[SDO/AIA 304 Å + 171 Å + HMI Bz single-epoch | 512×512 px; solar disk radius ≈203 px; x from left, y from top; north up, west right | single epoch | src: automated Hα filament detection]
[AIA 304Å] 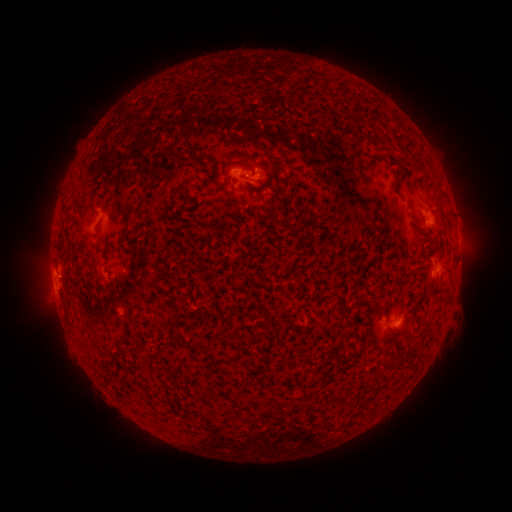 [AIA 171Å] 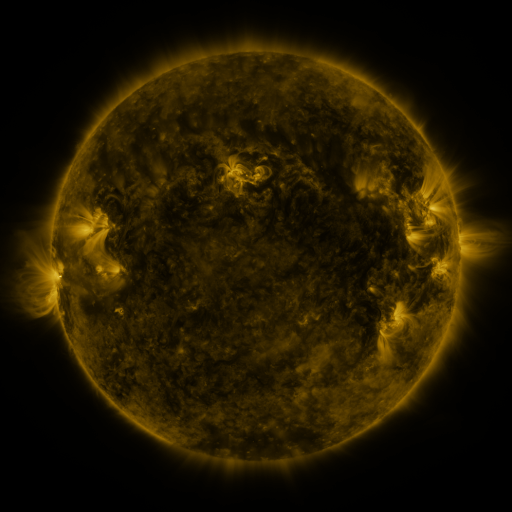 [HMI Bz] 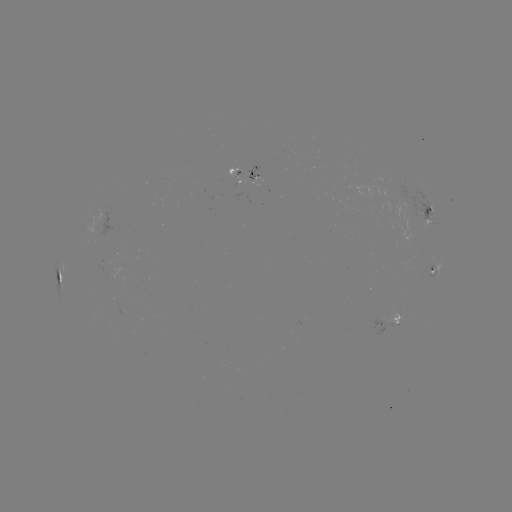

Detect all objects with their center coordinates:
filament: (401, 147)
filament: (419, 167)
filament: (437, 188)
filament: (128, 215)
filament: (184, 374)
